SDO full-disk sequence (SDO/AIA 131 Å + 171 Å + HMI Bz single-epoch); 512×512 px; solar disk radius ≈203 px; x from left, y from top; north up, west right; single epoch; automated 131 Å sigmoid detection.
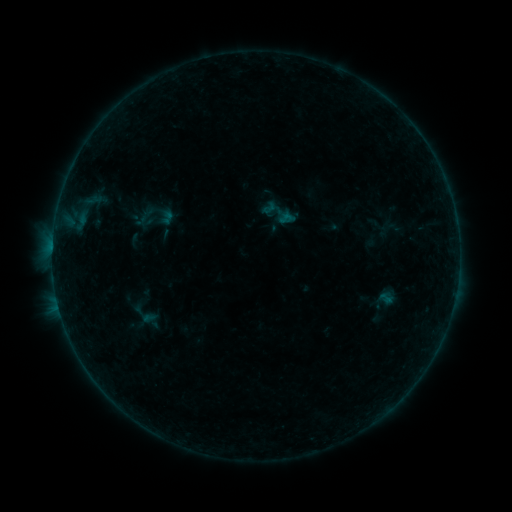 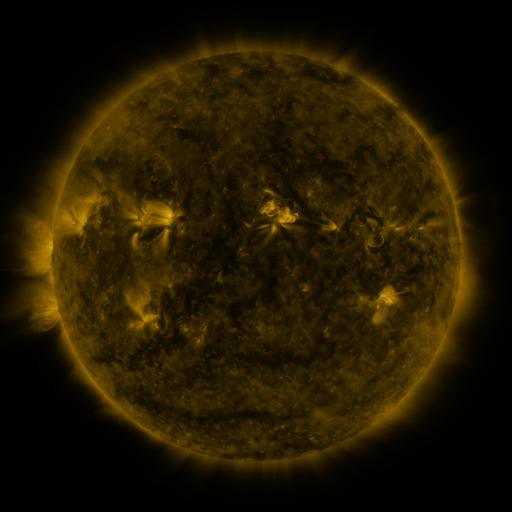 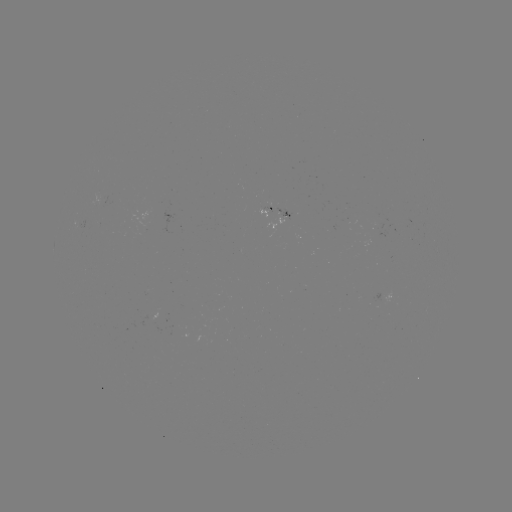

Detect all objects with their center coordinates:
sigmoid: (256, 192, 299, 233)
